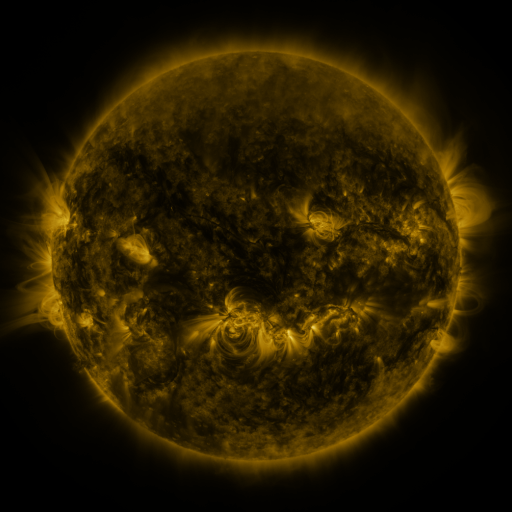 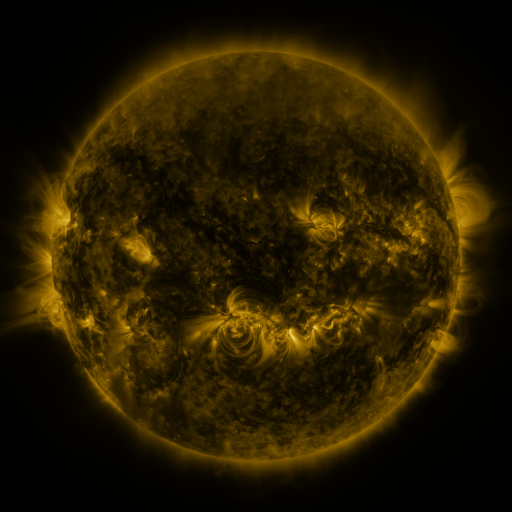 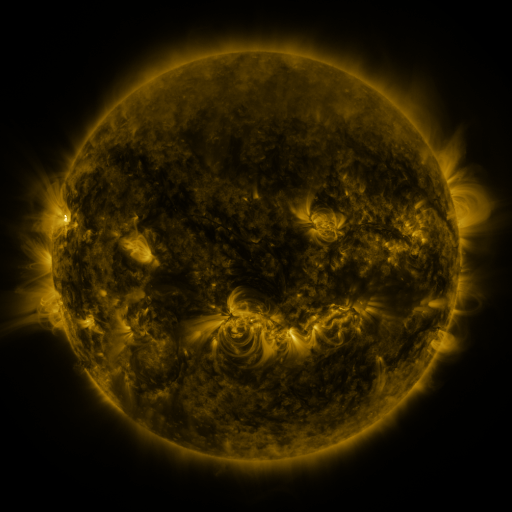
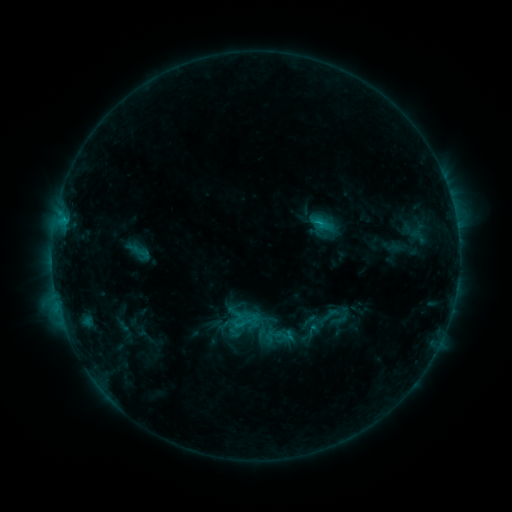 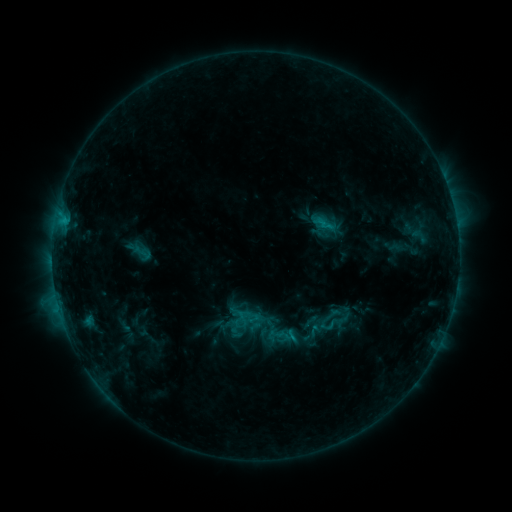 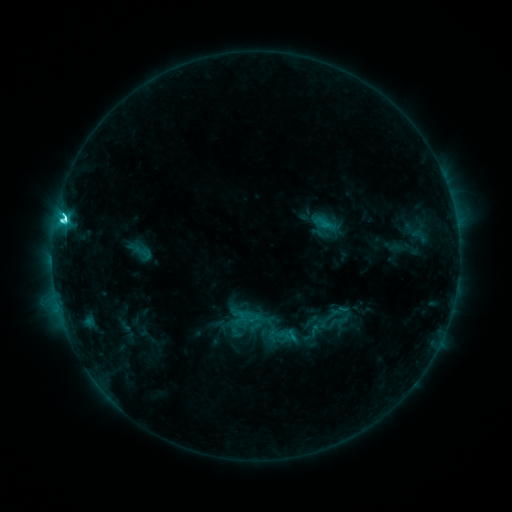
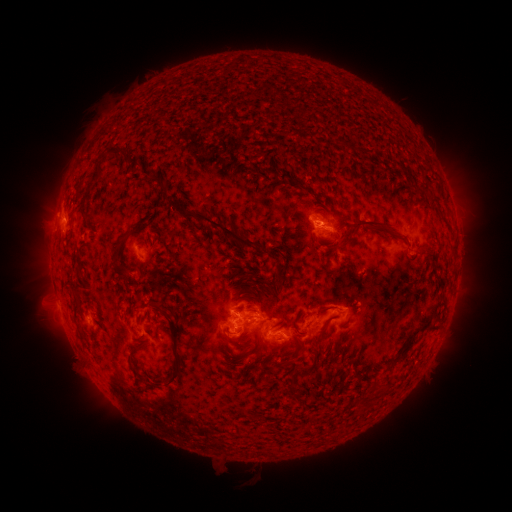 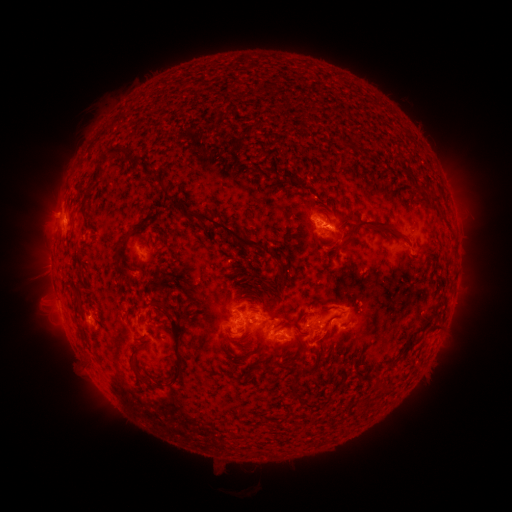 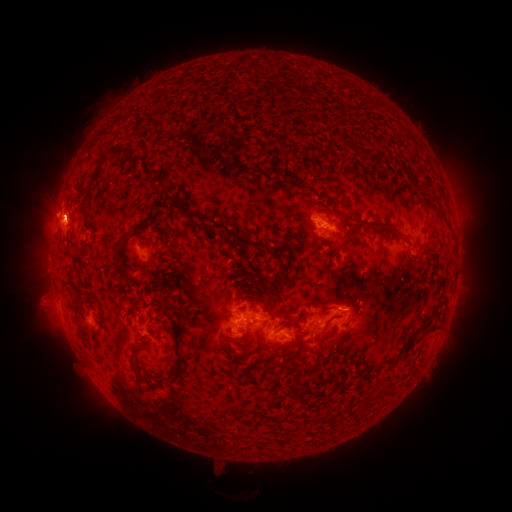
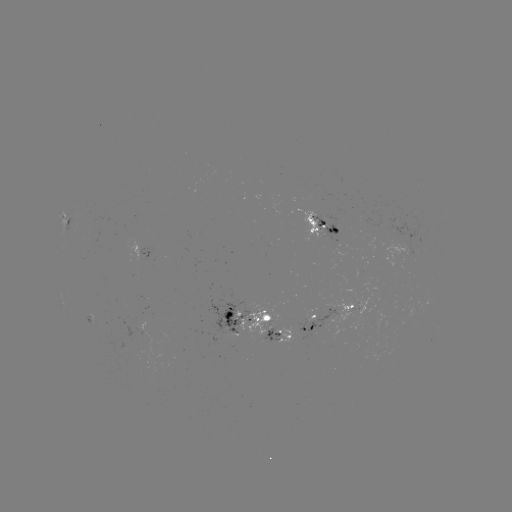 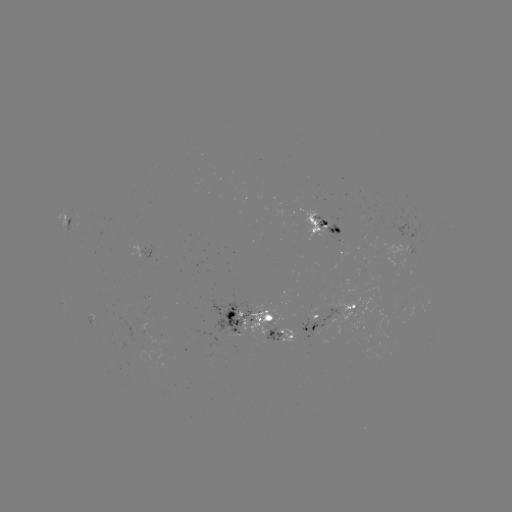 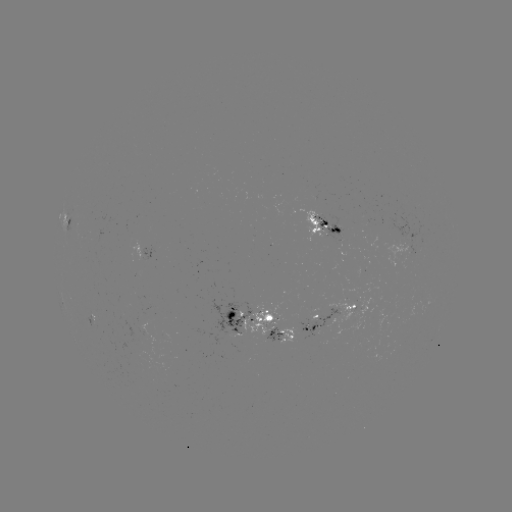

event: emerging-flux region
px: (264, 324)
